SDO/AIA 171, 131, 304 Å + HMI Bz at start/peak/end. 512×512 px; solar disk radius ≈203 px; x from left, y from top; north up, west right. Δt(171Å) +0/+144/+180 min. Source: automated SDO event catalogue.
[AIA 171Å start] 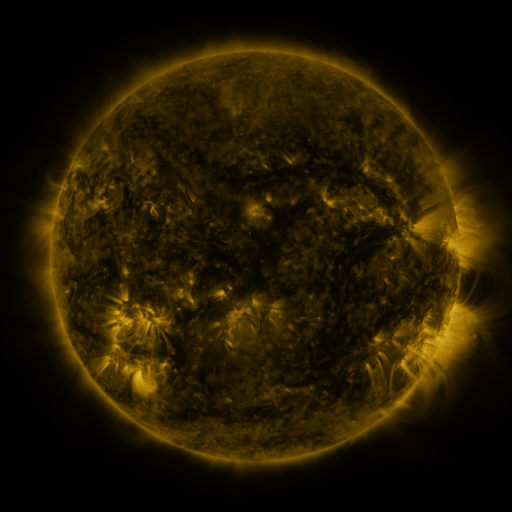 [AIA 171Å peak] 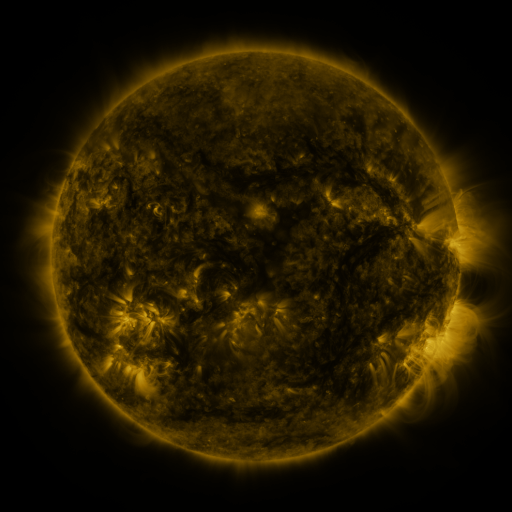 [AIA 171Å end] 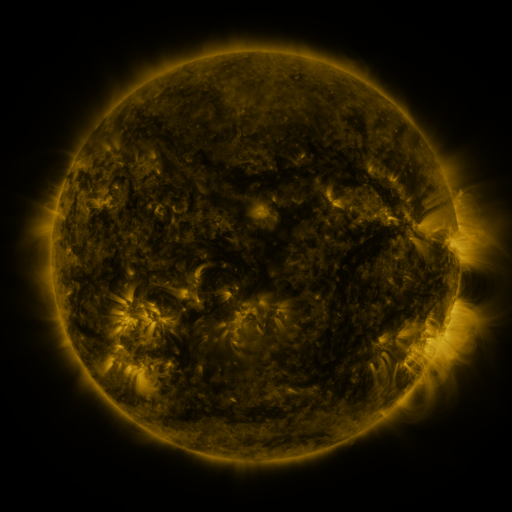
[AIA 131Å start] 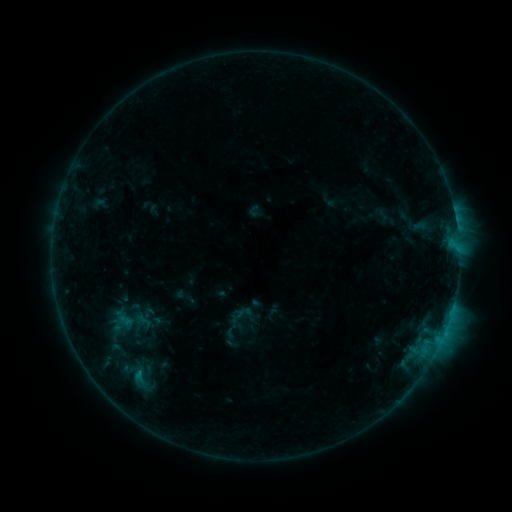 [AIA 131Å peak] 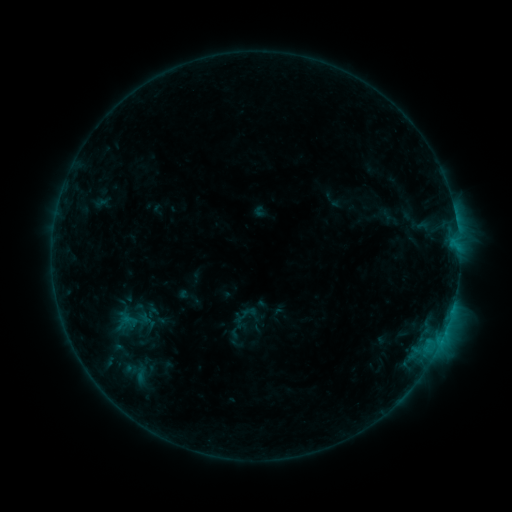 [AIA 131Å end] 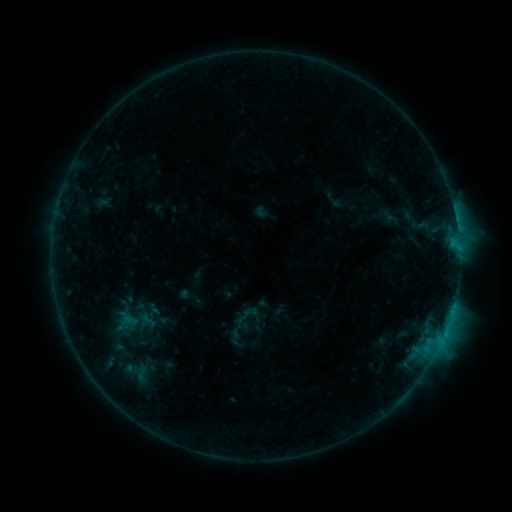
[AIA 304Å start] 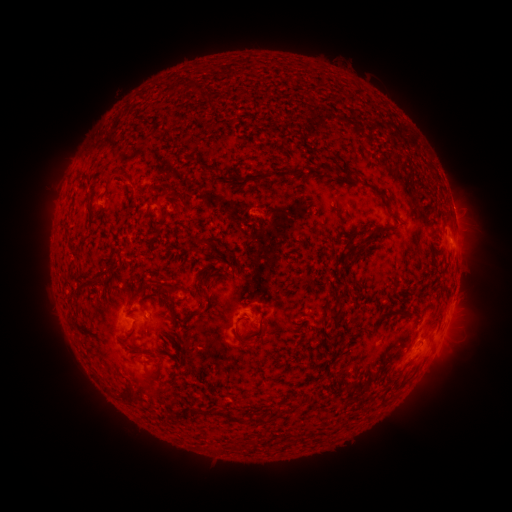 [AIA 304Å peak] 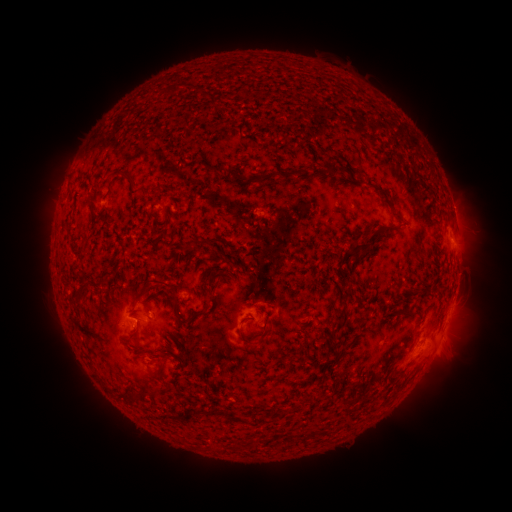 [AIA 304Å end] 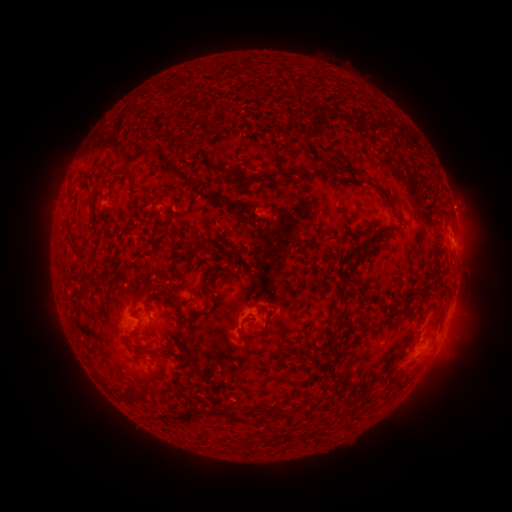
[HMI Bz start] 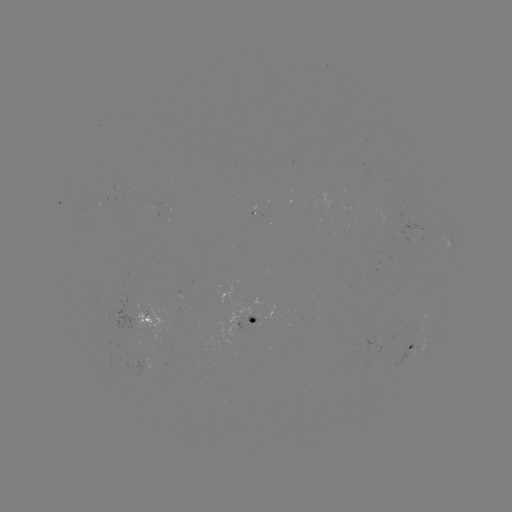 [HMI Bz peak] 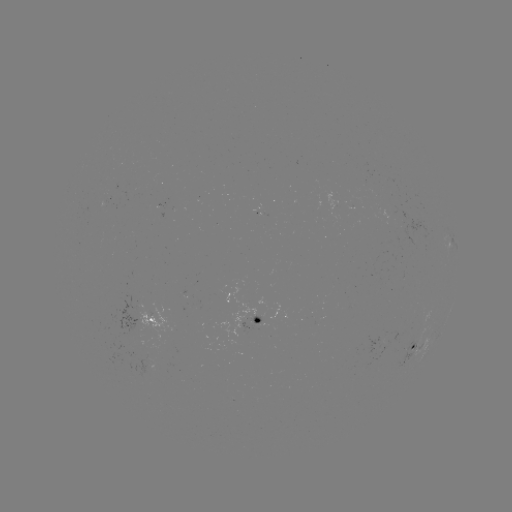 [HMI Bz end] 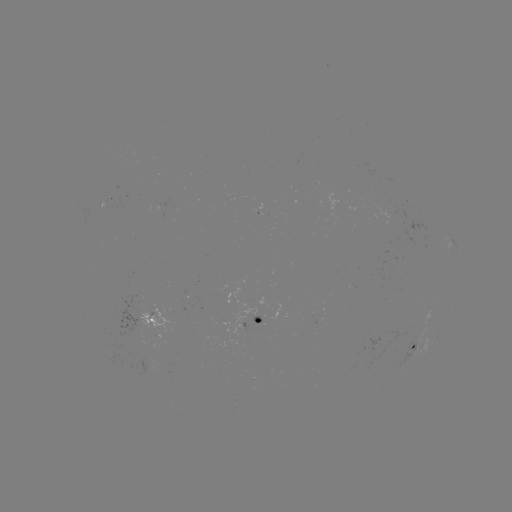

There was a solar emerging-flux region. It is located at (257, 321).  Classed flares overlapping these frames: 1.